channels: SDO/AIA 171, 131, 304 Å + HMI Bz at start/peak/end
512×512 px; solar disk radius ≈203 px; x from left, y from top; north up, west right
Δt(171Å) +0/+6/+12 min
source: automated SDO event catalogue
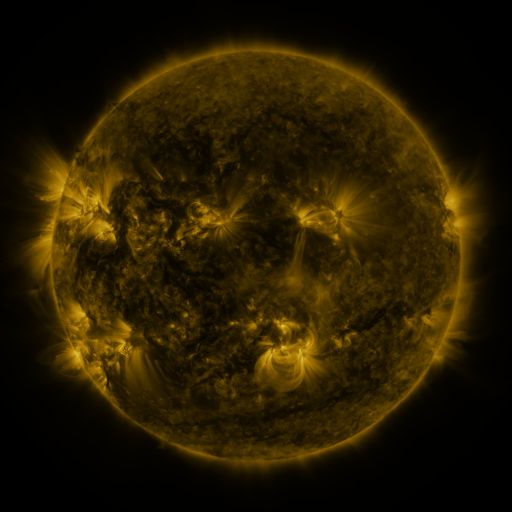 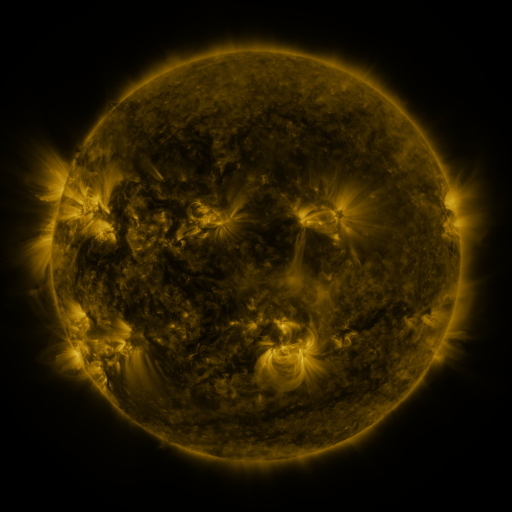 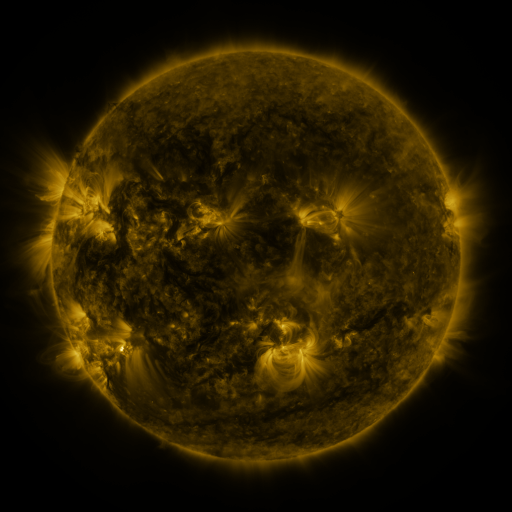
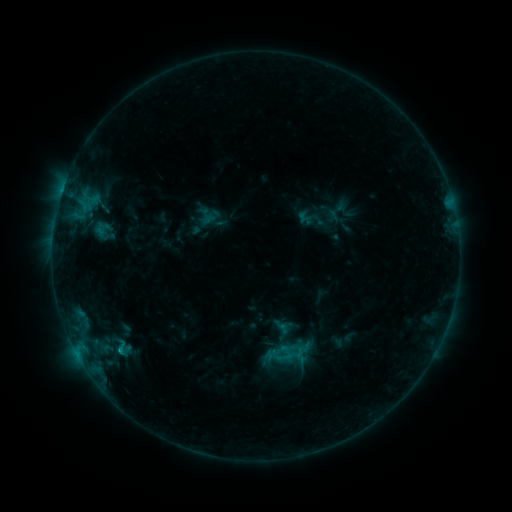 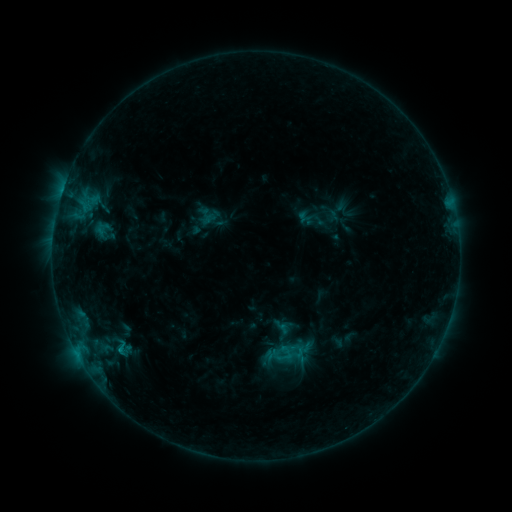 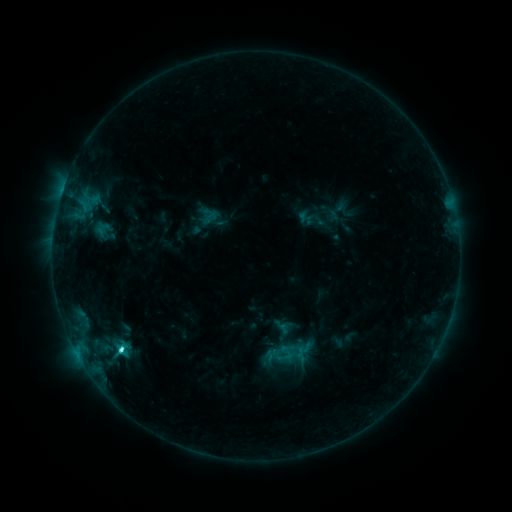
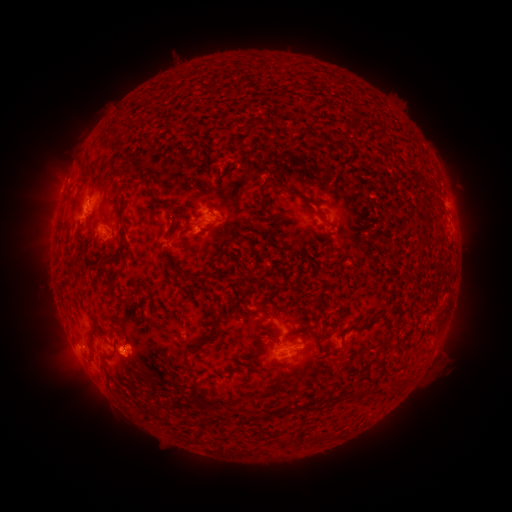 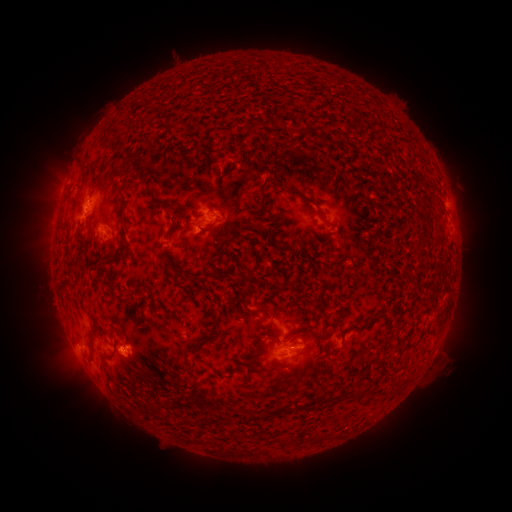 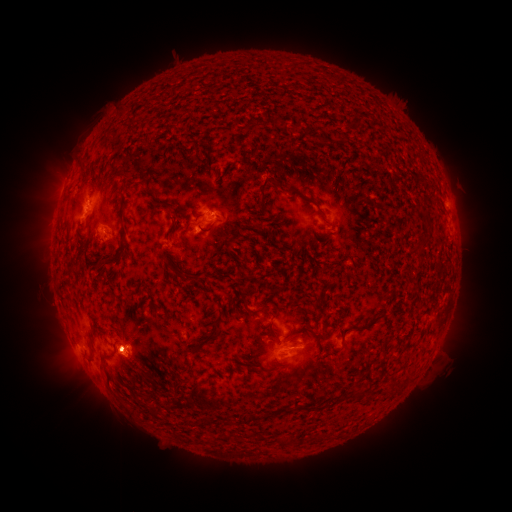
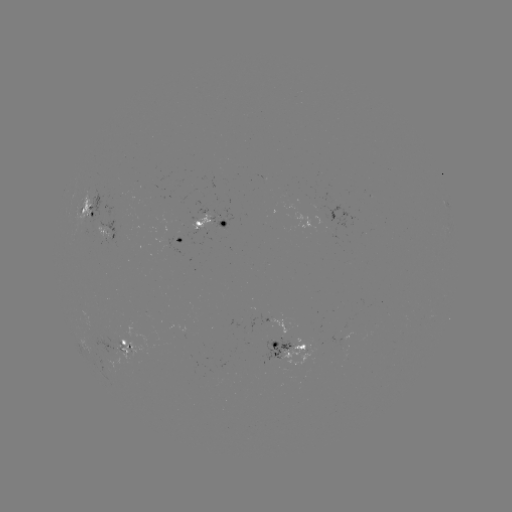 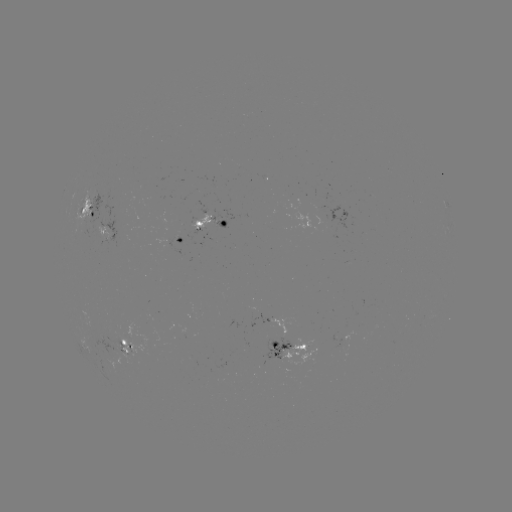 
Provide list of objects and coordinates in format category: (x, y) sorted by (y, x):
C4.3 flare: (120, 348)
